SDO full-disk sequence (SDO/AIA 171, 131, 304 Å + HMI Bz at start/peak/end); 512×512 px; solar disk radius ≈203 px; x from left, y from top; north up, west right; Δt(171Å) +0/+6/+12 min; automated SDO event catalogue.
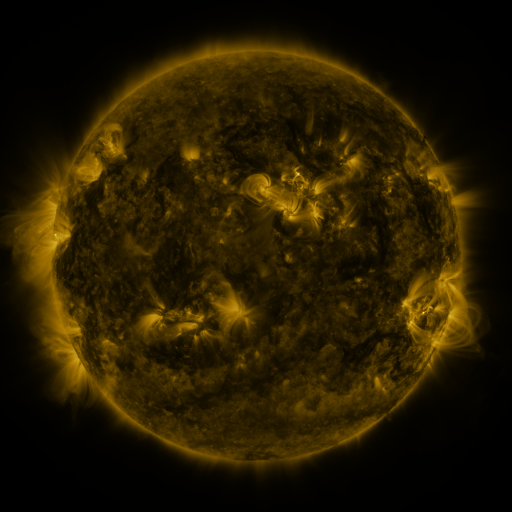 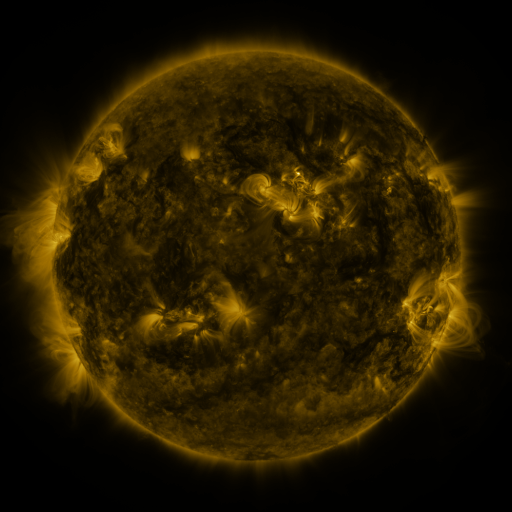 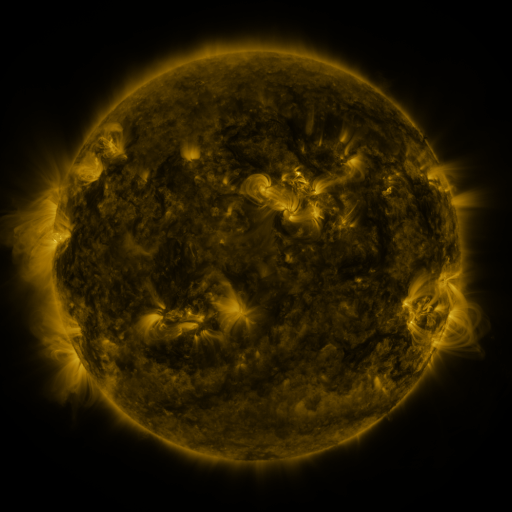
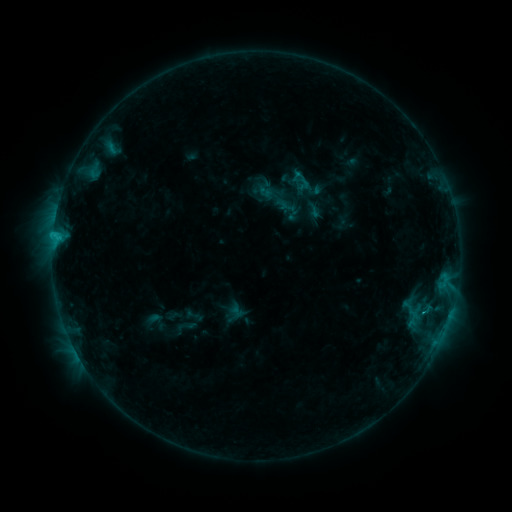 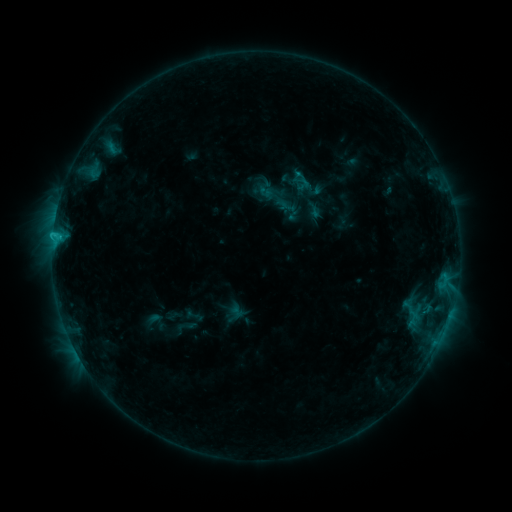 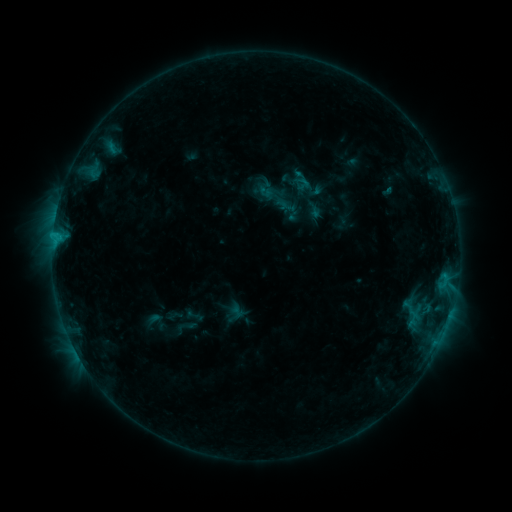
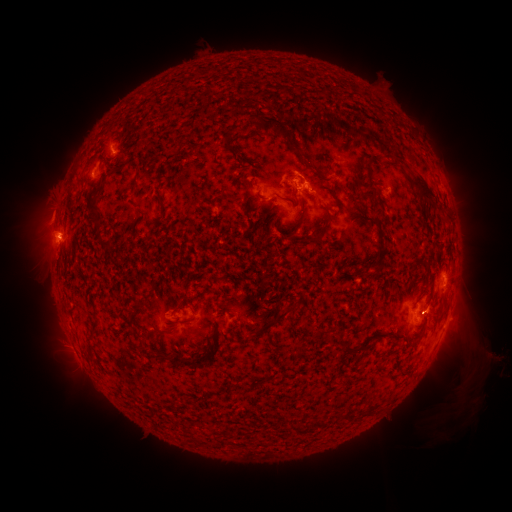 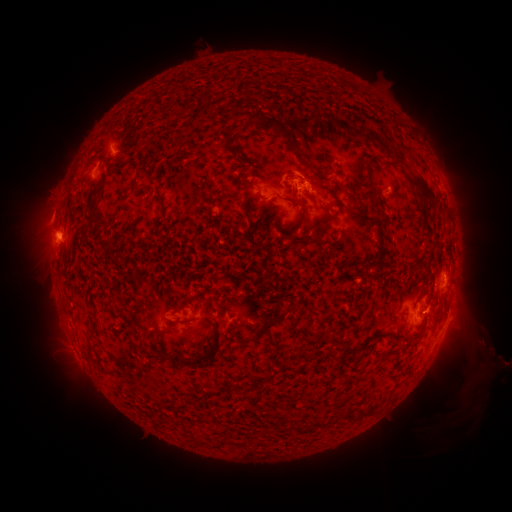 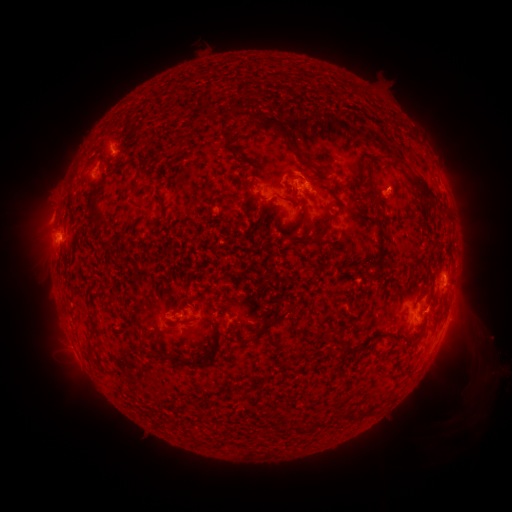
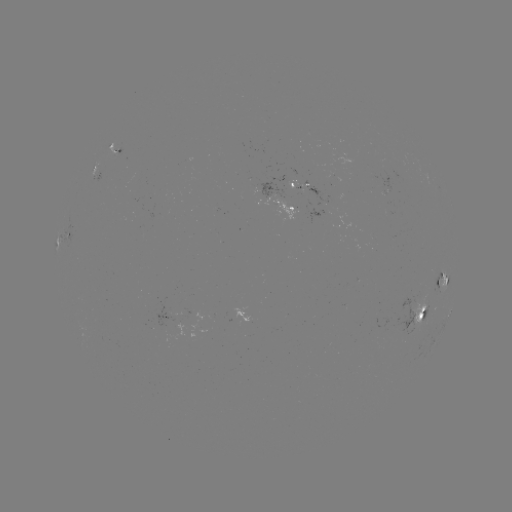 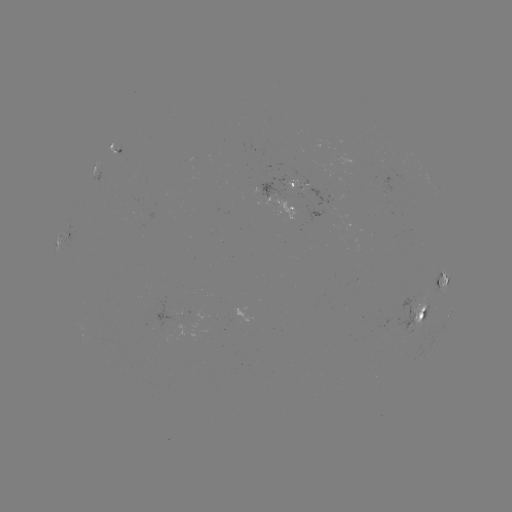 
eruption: <bbox>6, 208, 88, 259</bbox>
